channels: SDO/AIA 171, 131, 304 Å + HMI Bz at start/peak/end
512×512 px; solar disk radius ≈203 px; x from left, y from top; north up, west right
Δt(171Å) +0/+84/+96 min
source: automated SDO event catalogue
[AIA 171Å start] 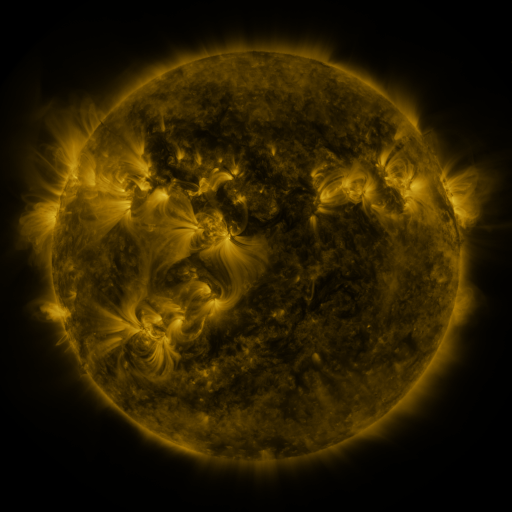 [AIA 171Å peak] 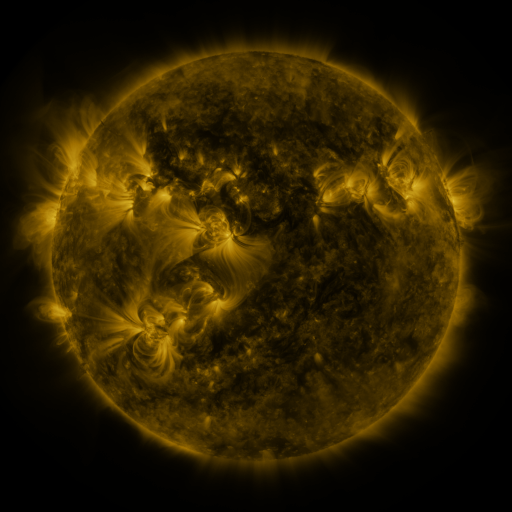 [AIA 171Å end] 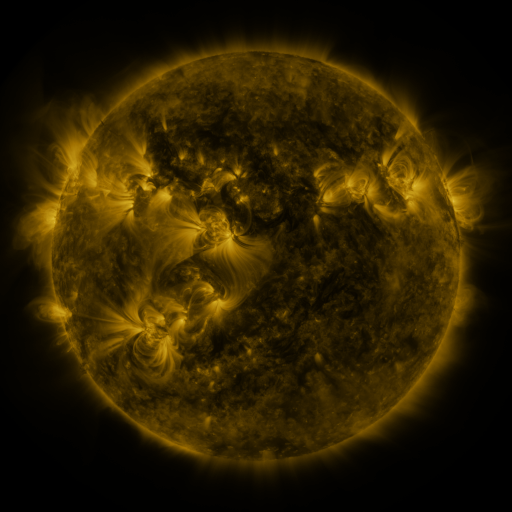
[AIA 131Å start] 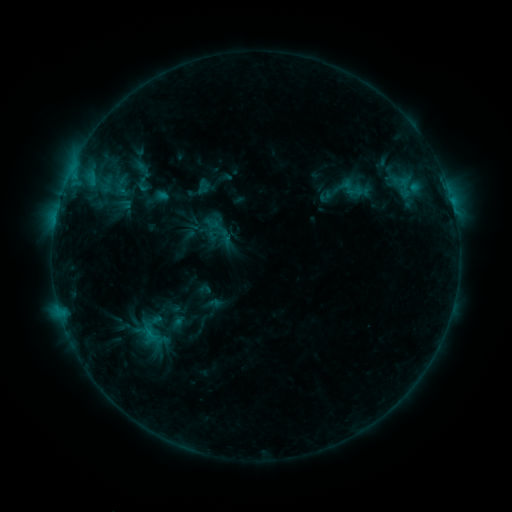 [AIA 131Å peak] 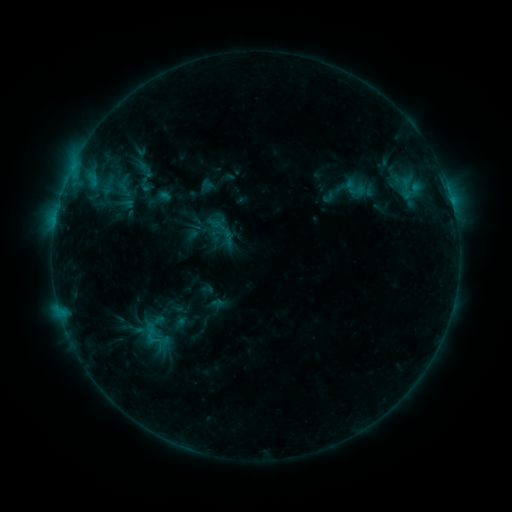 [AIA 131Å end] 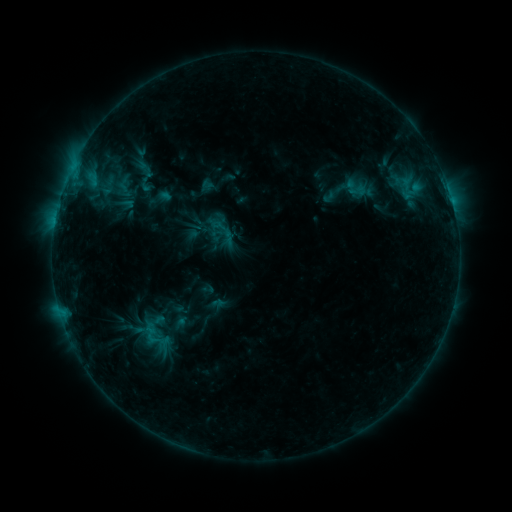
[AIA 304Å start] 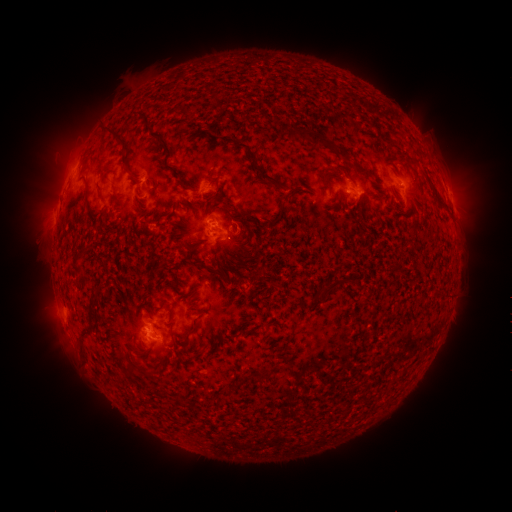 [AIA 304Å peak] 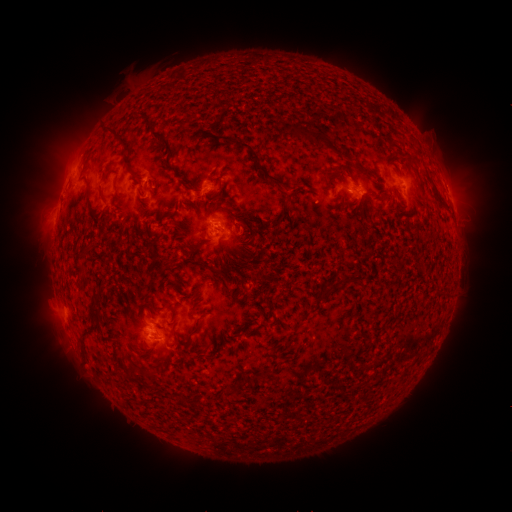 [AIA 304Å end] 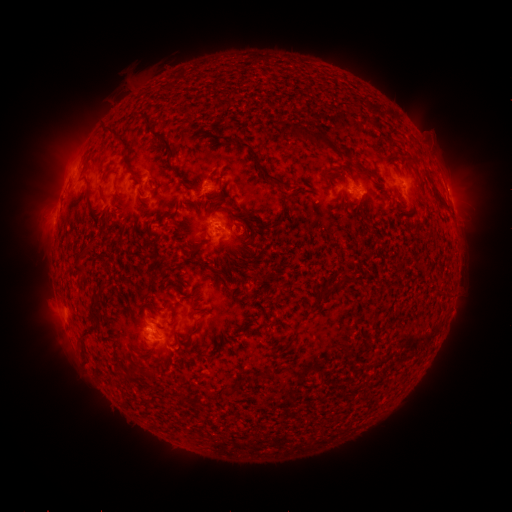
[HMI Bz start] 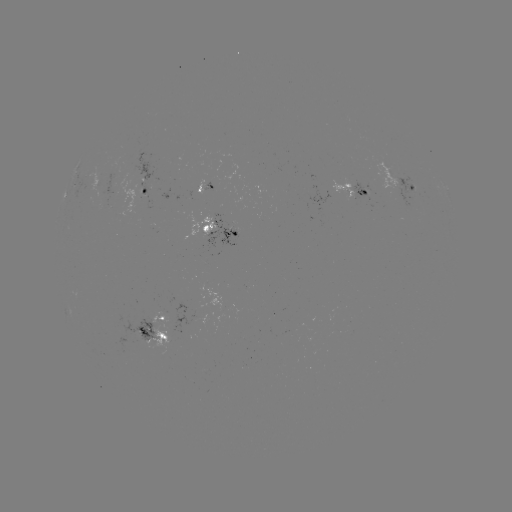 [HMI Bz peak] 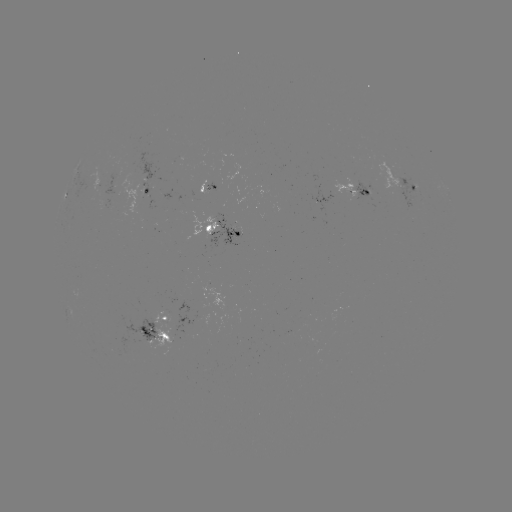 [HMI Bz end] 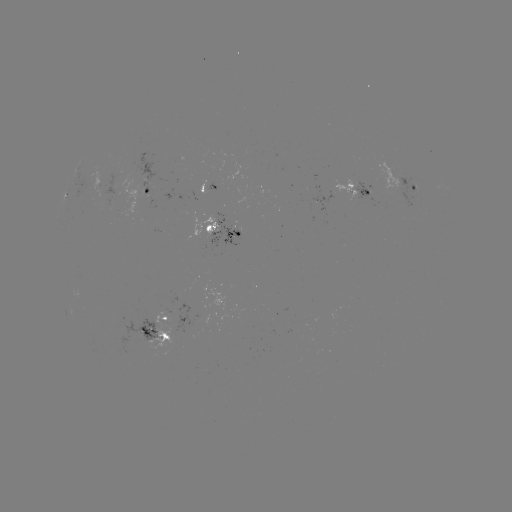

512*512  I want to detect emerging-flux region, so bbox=[205, 182, 216, 194].